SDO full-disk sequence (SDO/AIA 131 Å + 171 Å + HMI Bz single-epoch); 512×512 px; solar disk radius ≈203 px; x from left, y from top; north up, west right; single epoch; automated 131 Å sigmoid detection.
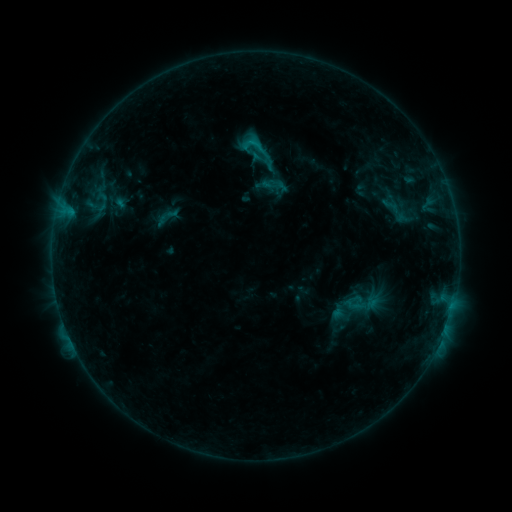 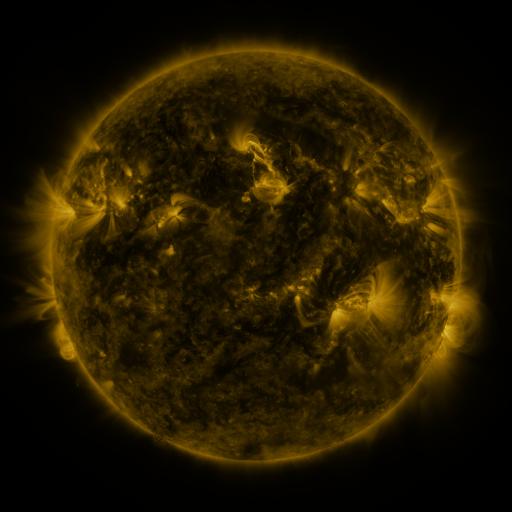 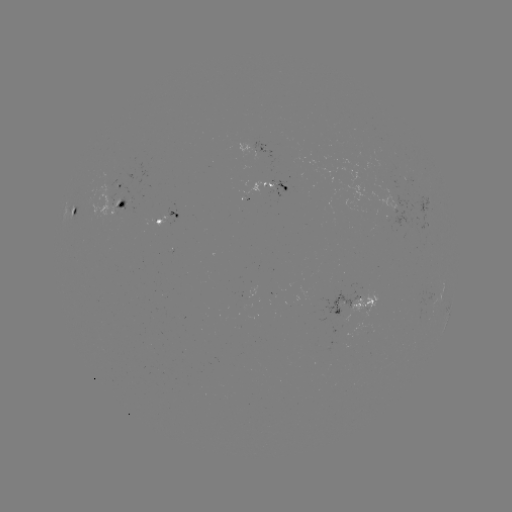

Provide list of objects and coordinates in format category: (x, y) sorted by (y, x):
sigmoid: (255, 145)
sigmoid: (169, 216)
sigmoid: (365, 302)
